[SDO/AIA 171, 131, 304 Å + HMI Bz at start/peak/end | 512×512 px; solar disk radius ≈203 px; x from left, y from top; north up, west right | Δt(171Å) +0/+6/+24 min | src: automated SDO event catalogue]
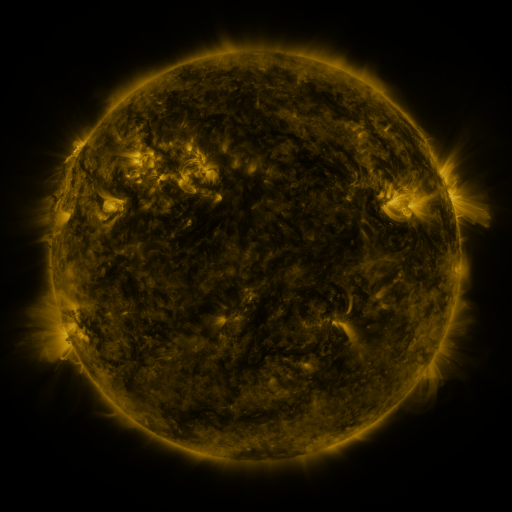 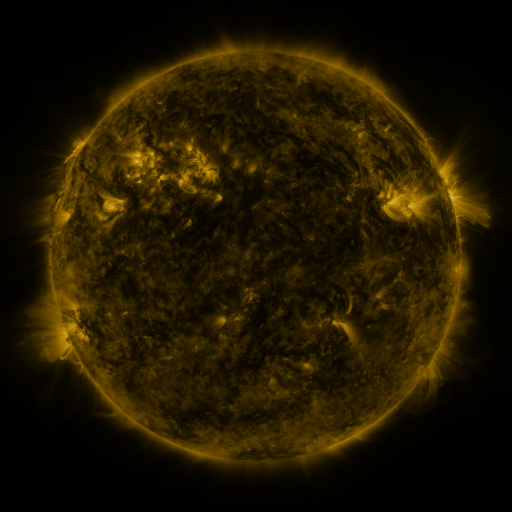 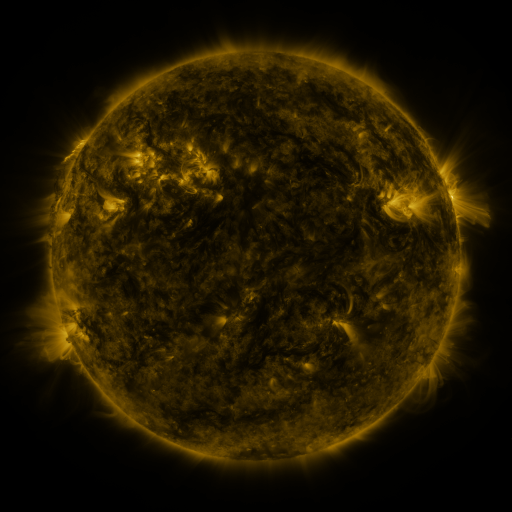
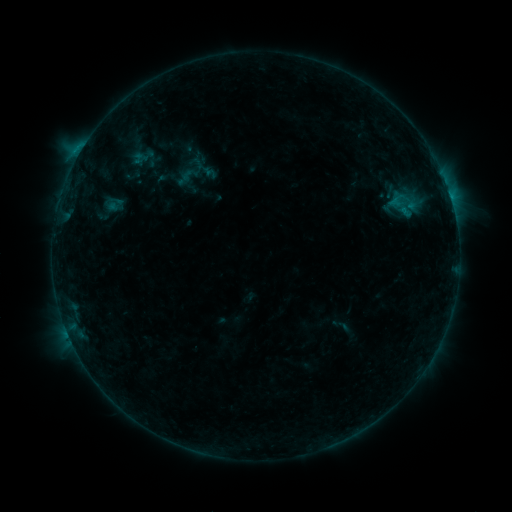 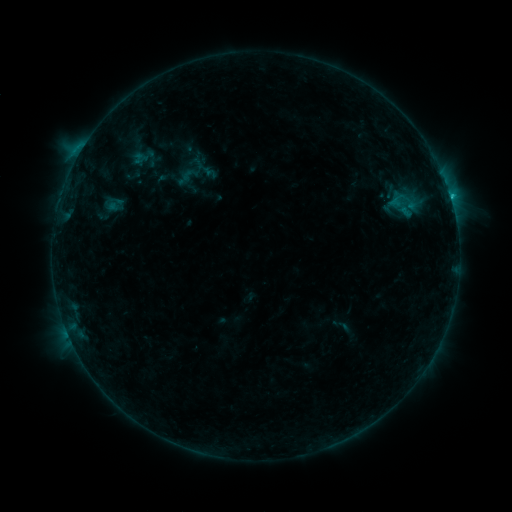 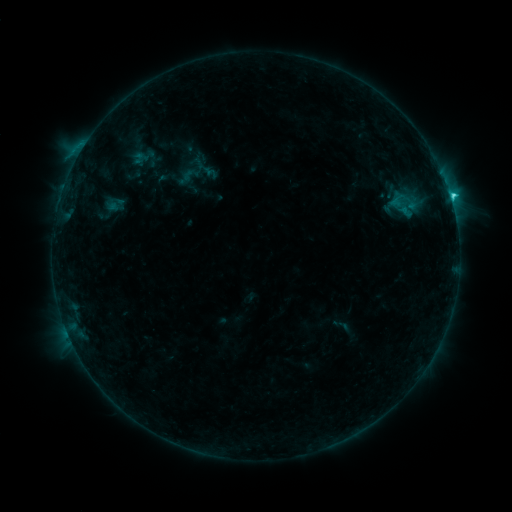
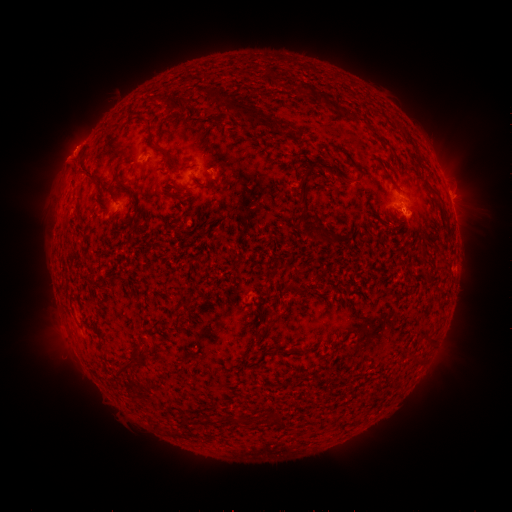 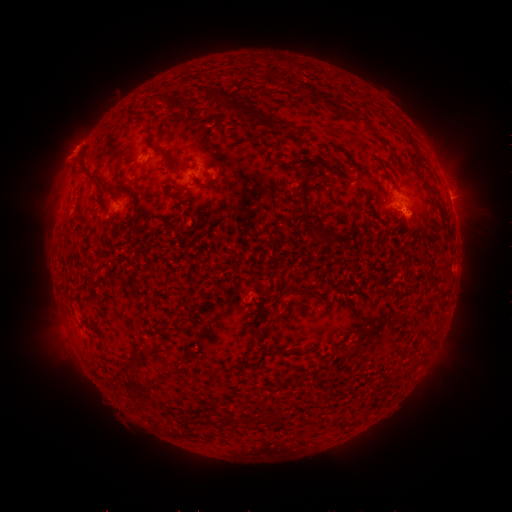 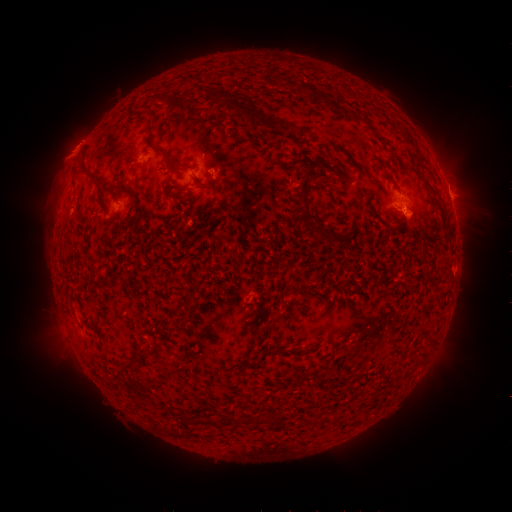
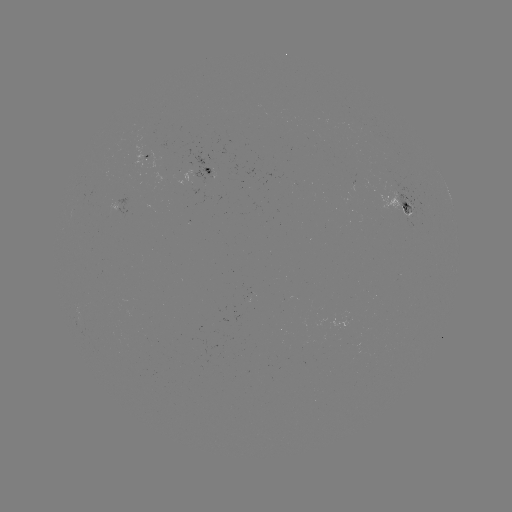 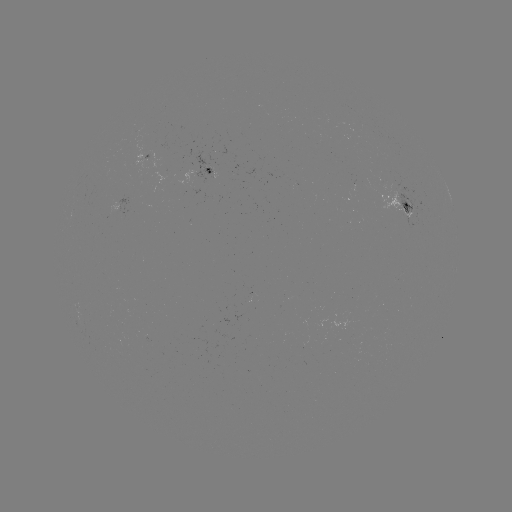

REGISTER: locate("C3.3 flare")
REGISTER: [451, 199]